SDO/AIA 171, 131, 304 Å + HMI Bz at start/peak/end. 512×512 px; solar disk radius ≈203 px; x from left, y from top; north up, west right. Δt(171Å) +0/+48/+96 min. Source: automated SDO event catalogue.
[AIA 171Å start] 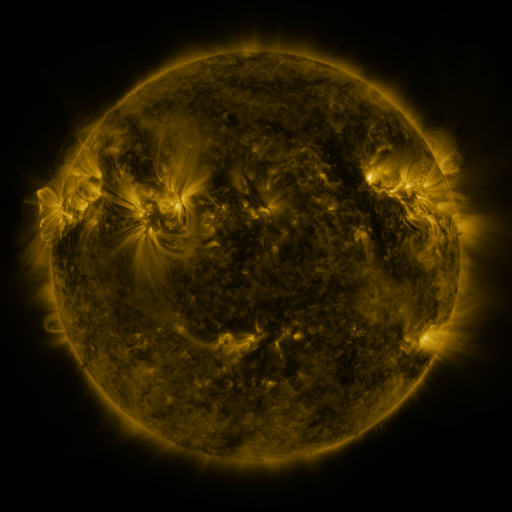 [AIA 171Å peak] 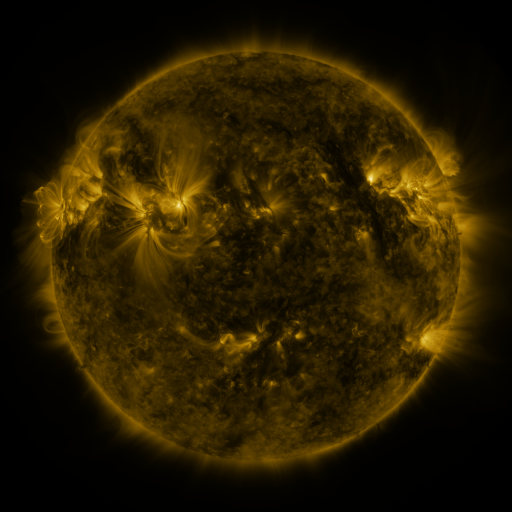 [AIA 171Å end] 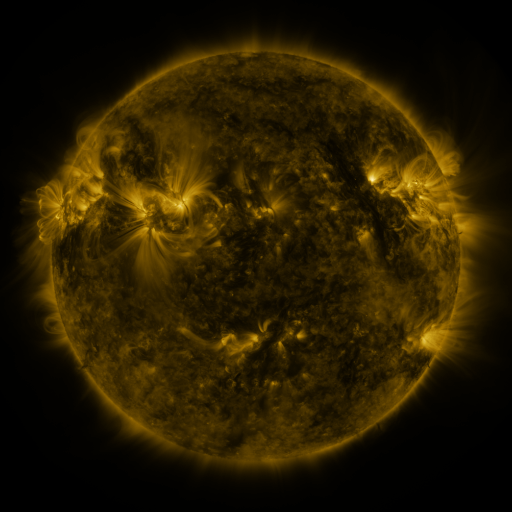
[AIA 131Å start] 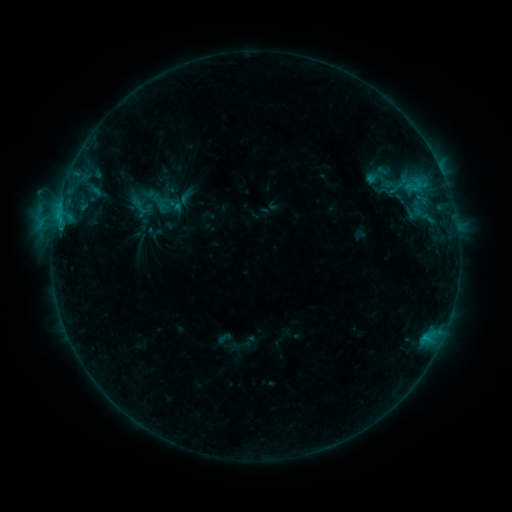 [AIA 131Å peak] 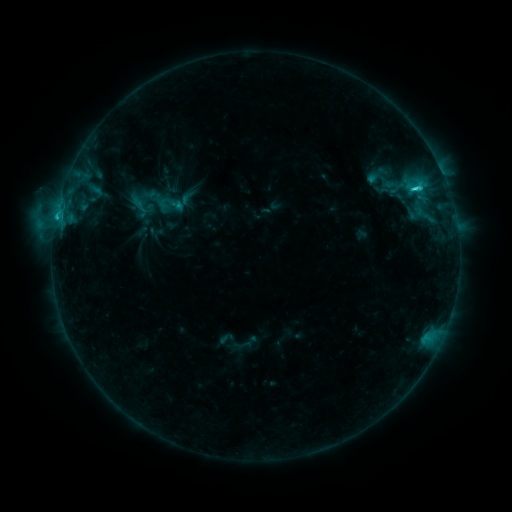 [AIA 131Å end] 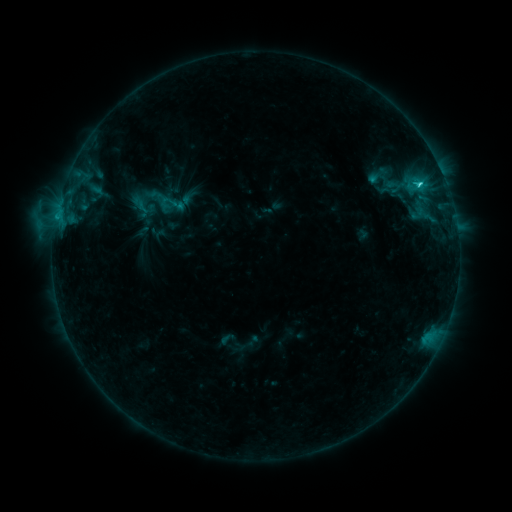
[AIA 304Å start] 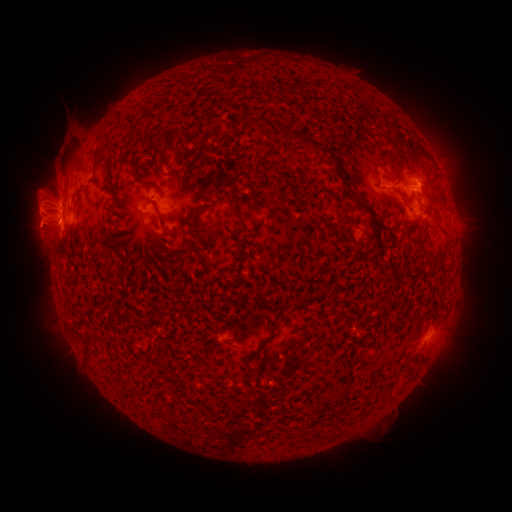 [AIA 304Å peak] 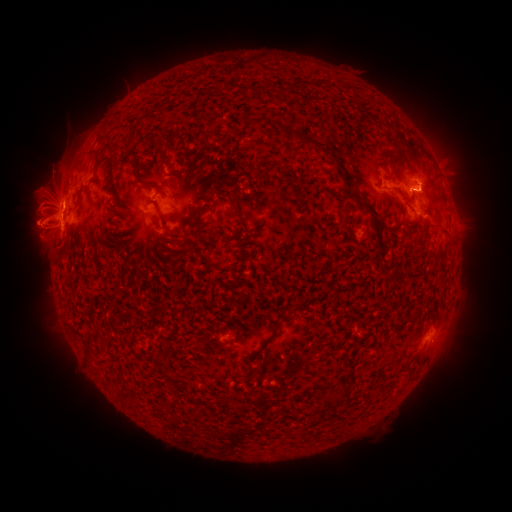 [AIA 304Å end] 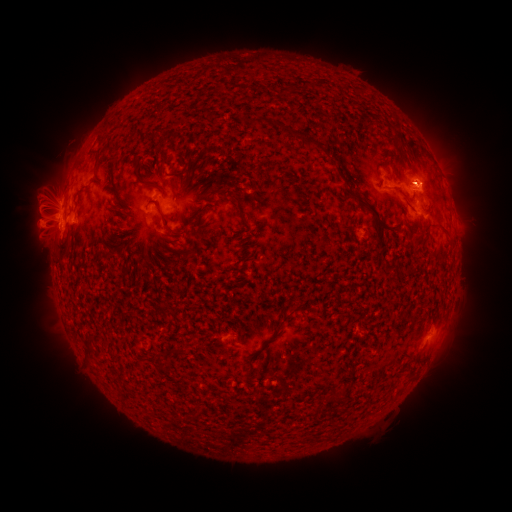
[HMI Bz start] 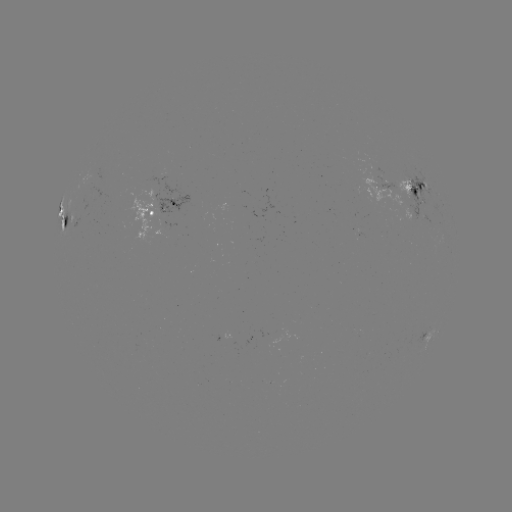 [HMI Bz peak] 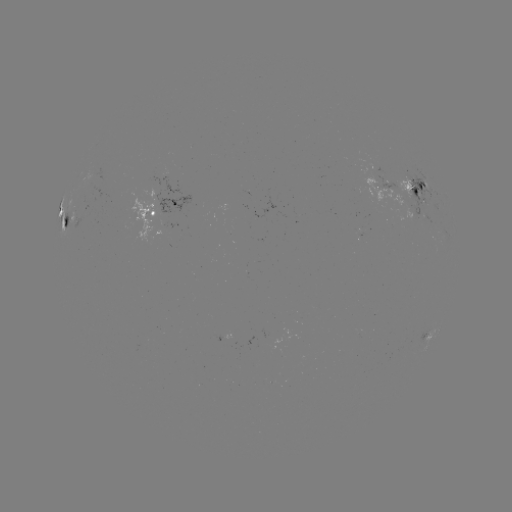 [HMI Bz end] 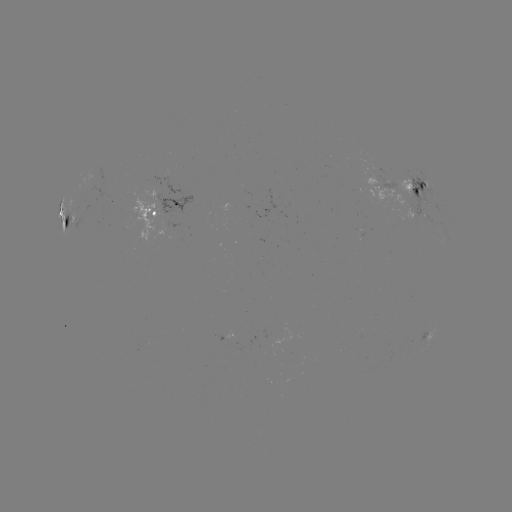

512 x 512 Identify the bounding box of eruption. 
[13, 184, 85, 252].